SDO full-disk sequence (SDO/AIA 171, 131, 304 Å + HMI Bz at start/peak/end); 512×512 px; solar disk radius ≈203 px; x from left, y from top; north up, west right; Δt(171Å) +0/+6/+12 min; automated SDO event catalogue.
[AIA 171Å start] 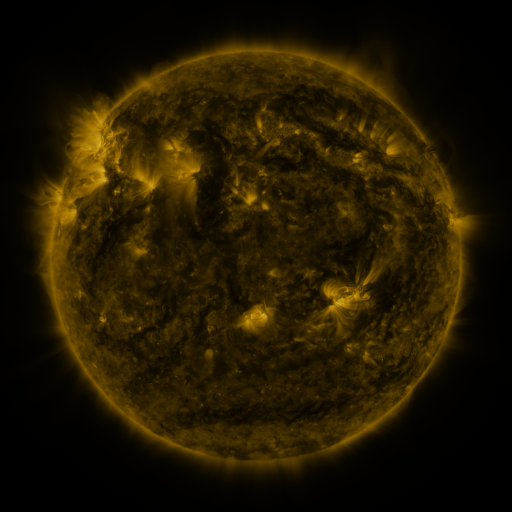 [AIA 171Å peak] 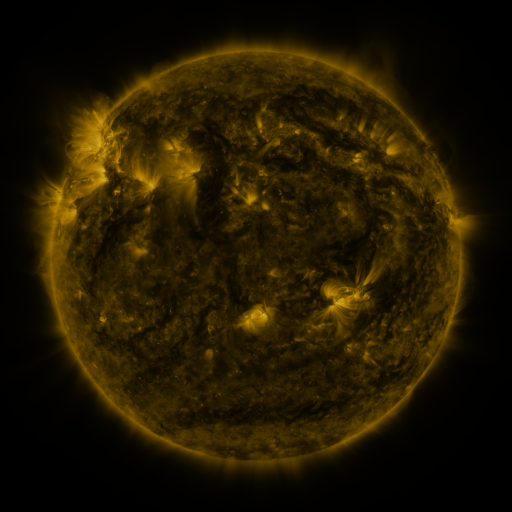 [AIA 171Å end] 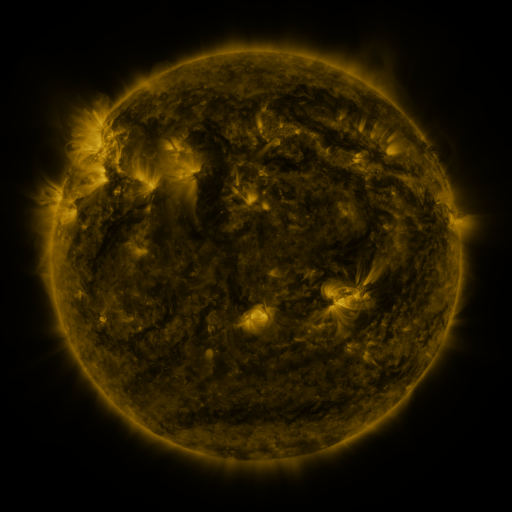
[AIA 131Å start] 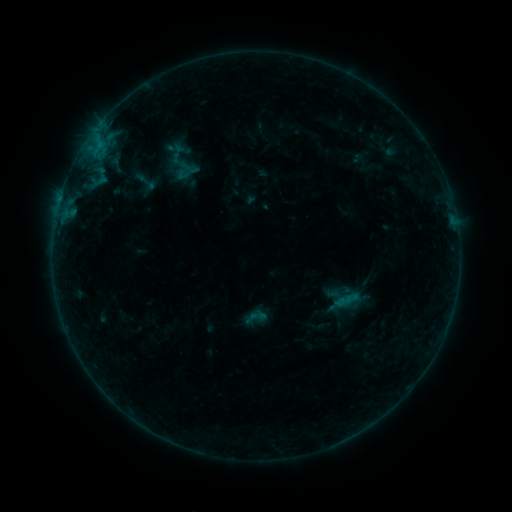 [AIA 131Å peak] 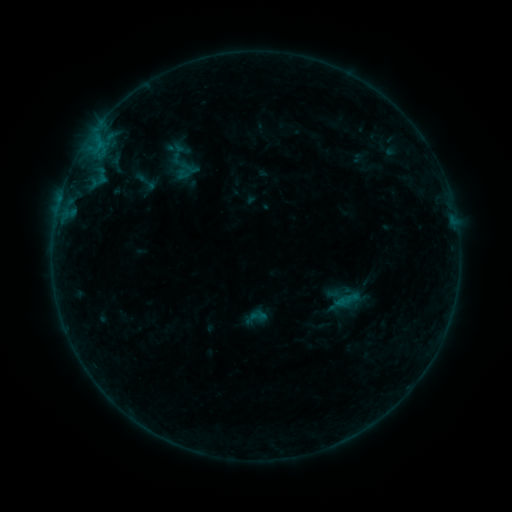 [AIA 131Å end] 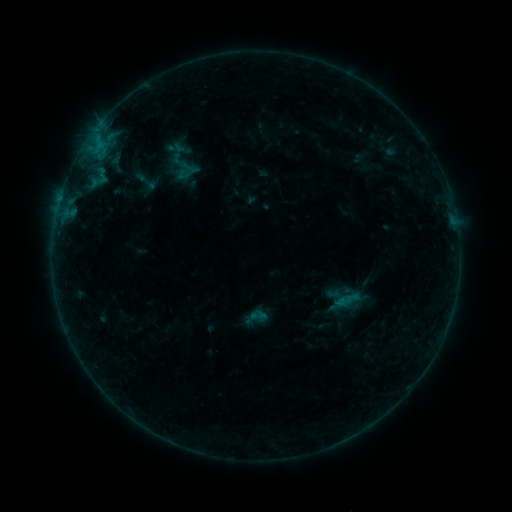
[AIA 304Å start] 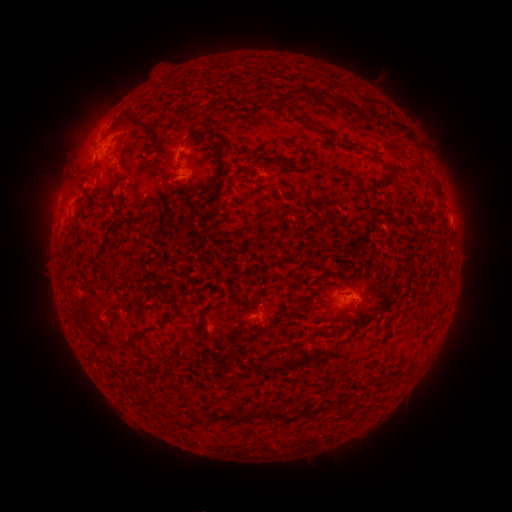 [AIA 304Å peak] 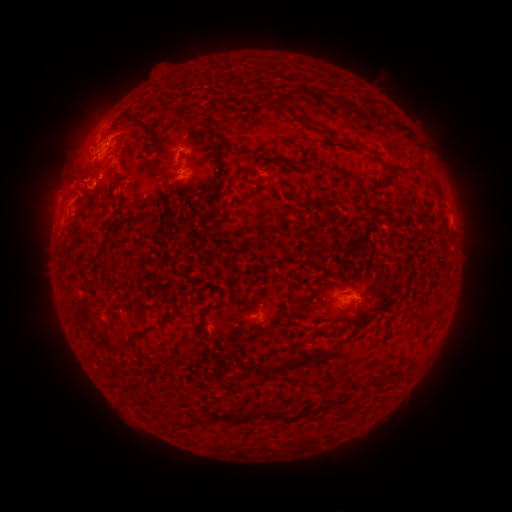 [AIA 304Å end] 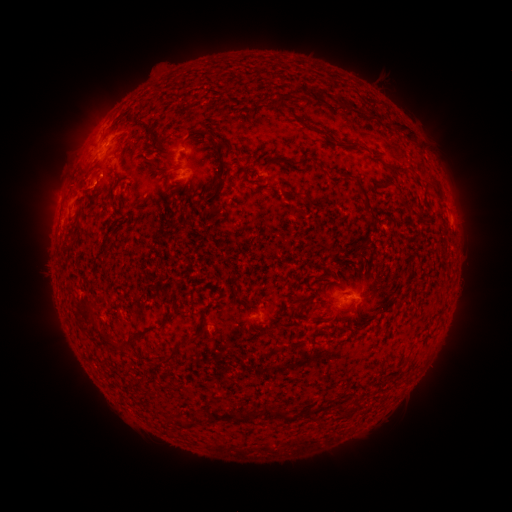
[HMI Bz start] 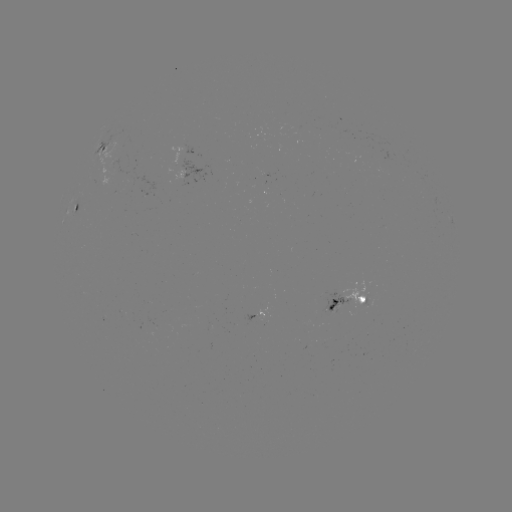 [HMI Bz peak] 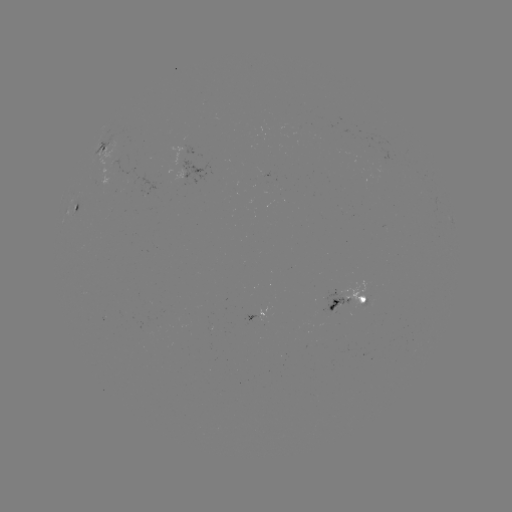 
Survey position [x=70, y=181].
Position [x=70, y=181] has eruption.